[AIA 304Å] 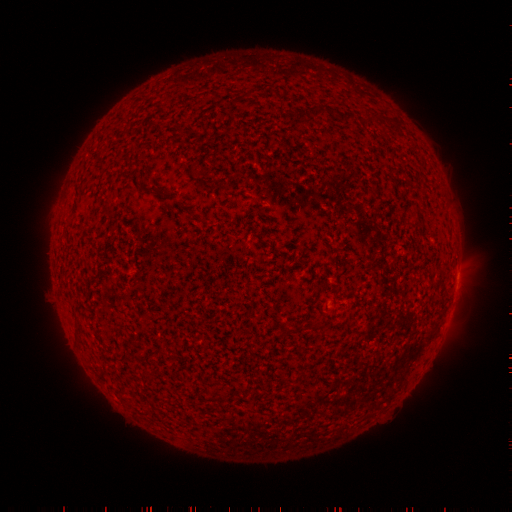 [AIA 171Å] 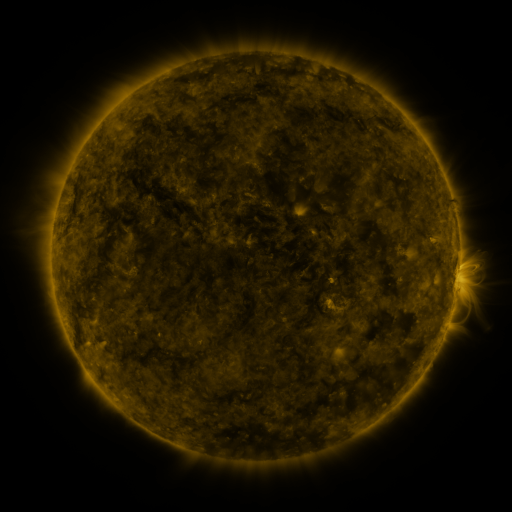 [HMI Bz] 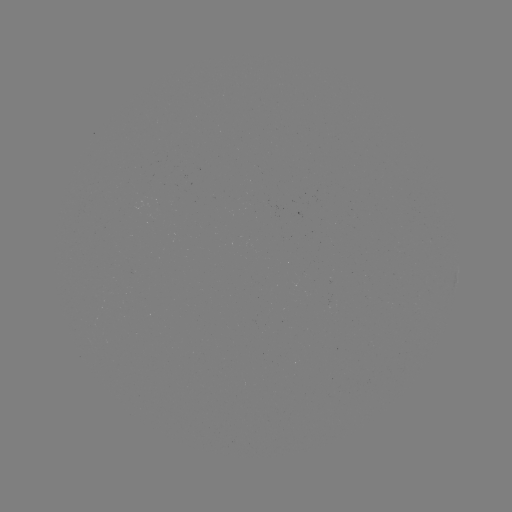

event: filament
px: (62, 256)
